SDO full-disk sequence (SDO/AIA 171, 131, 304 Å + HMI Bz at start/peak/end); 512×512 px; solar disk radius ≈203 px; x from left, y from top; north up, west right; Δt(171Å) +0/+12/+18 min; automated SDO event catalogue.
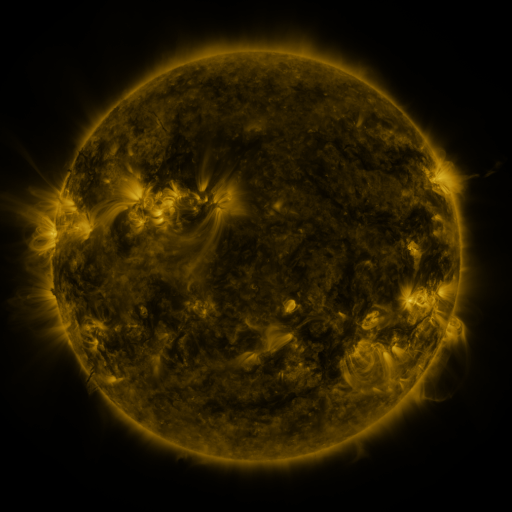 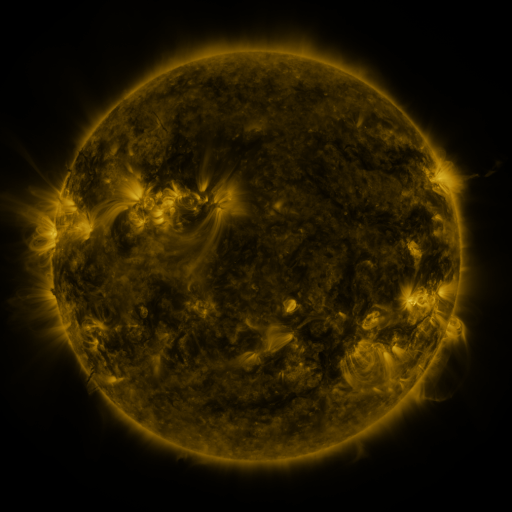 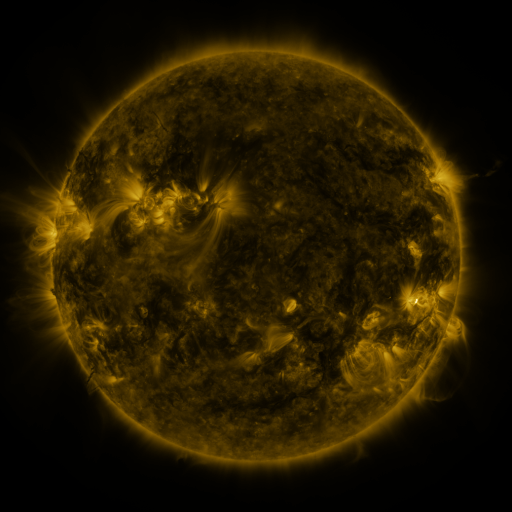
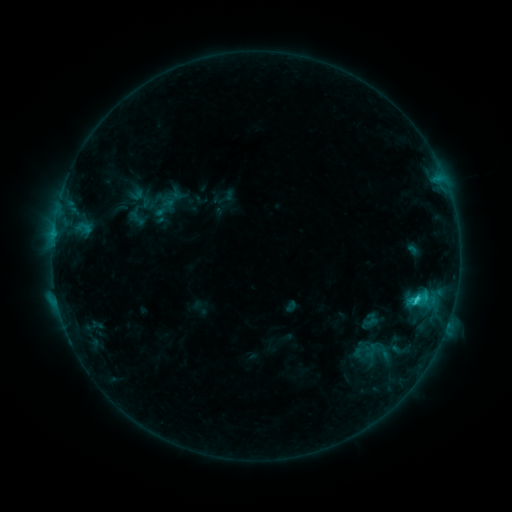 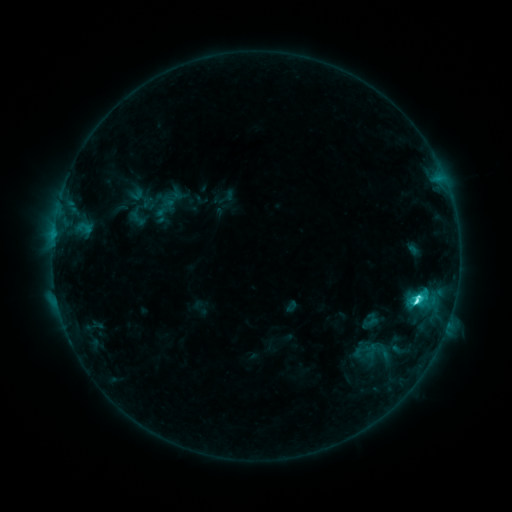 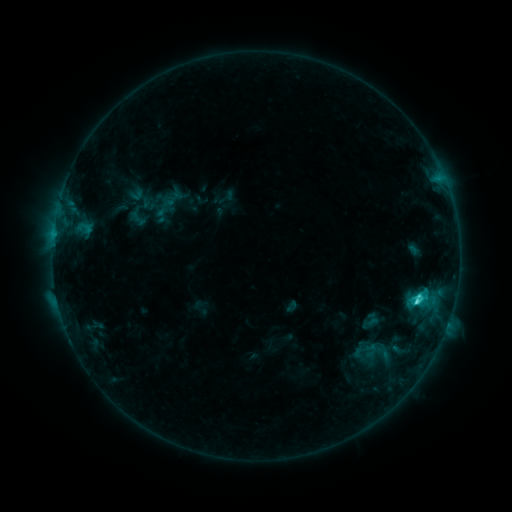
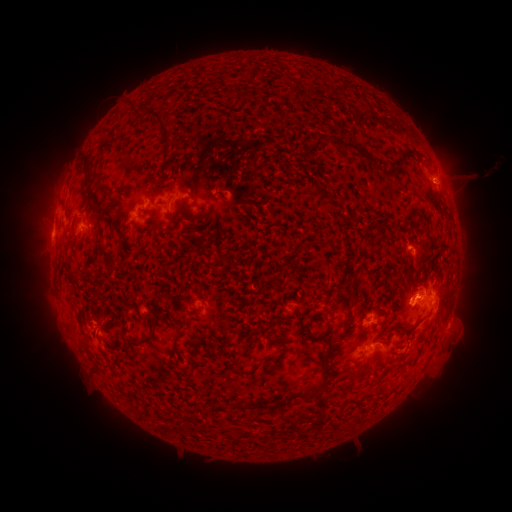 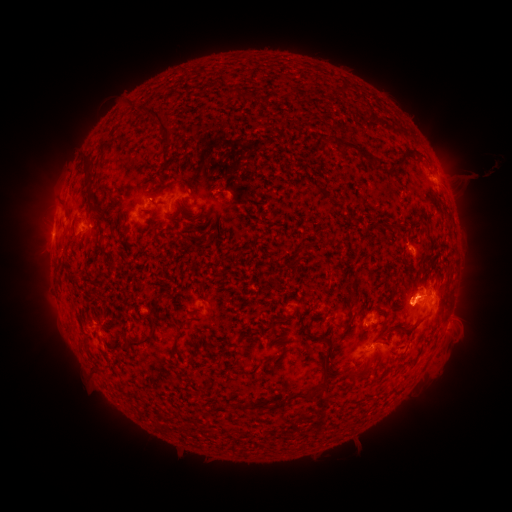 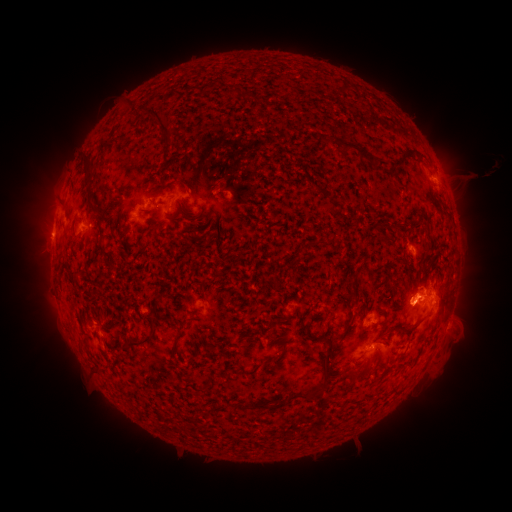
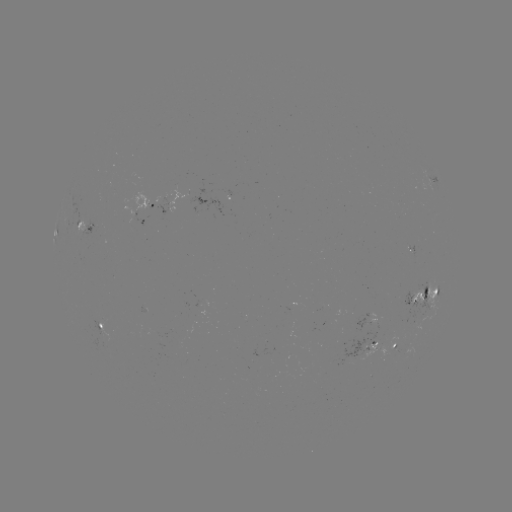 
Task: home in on C4.7 flare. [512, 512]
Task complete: (414, 300).